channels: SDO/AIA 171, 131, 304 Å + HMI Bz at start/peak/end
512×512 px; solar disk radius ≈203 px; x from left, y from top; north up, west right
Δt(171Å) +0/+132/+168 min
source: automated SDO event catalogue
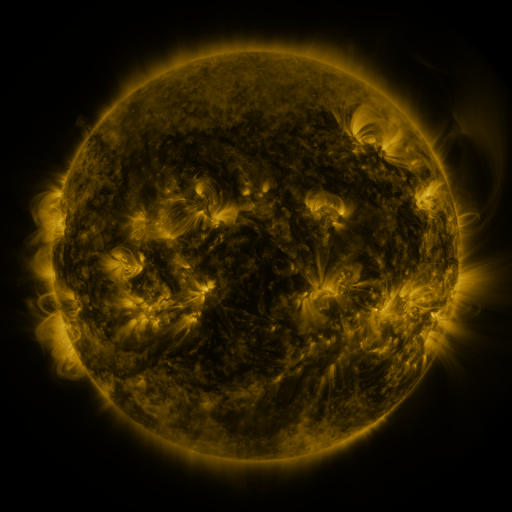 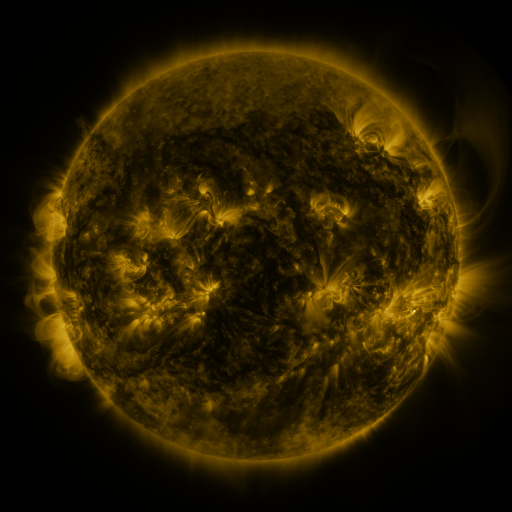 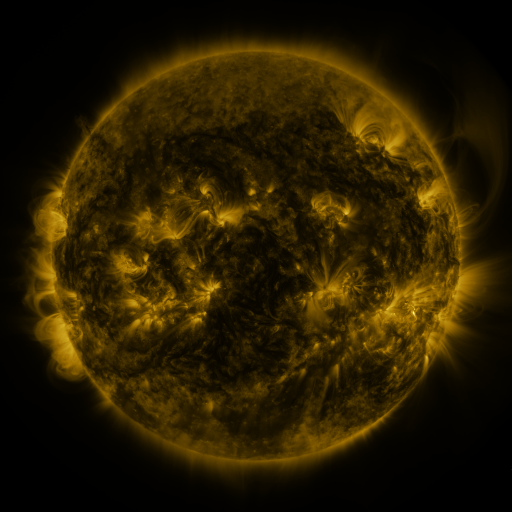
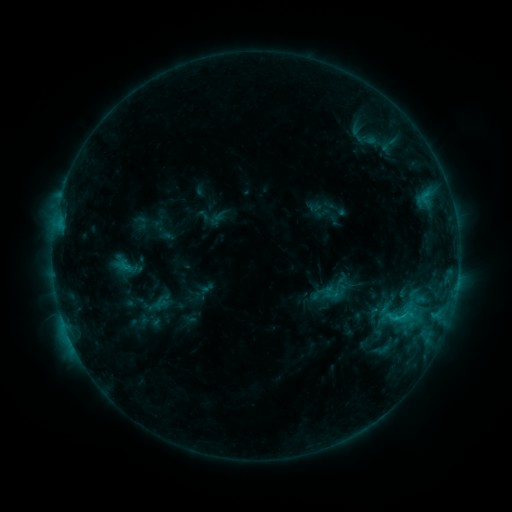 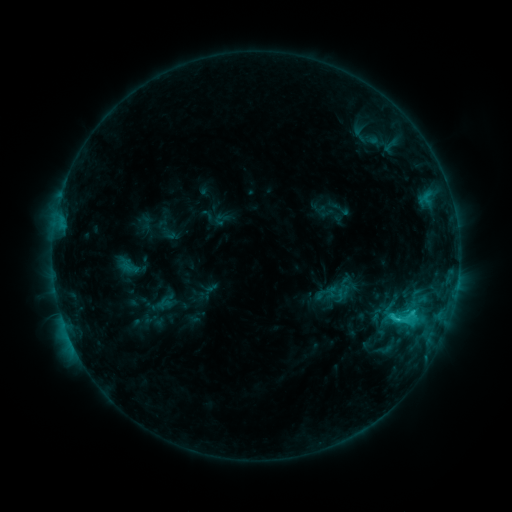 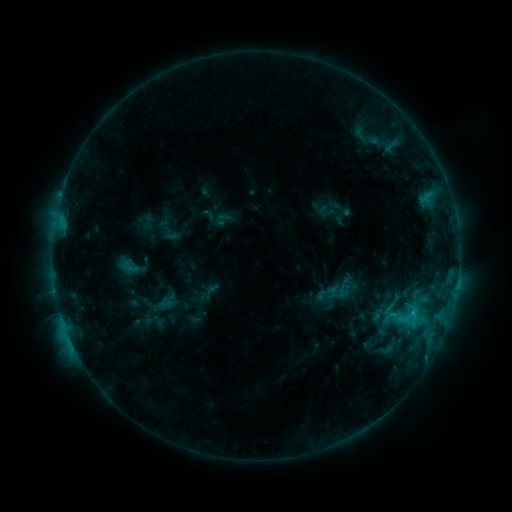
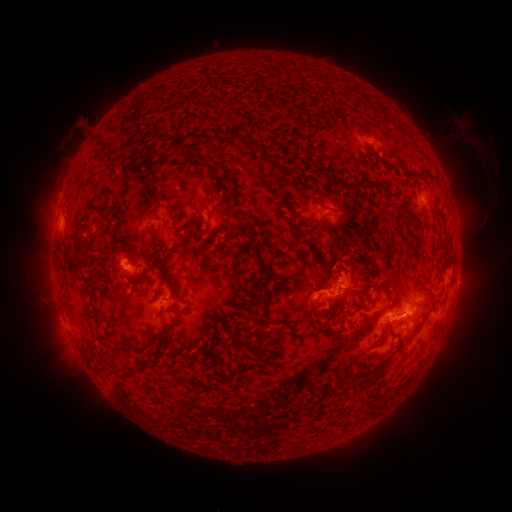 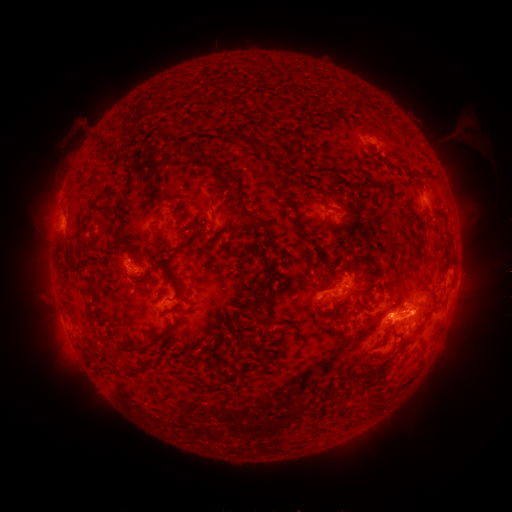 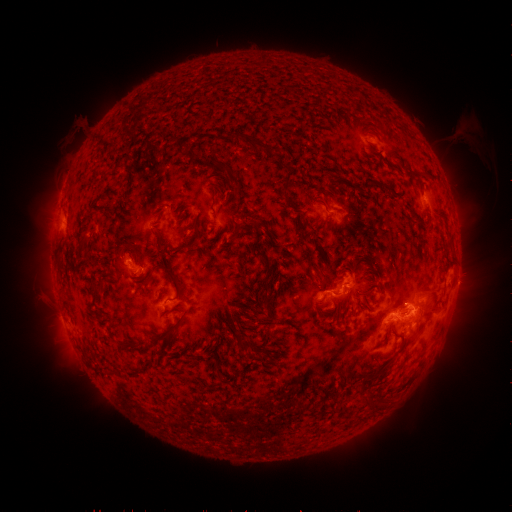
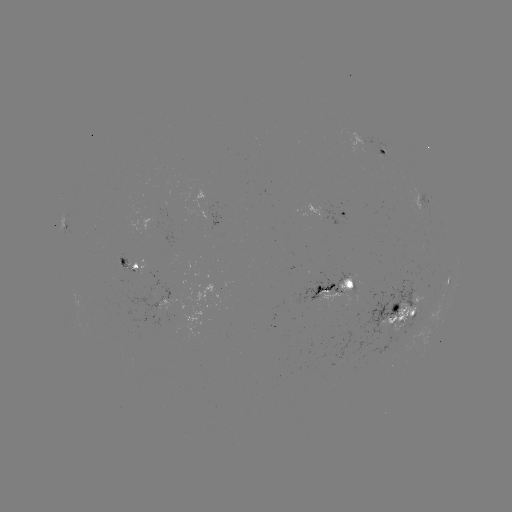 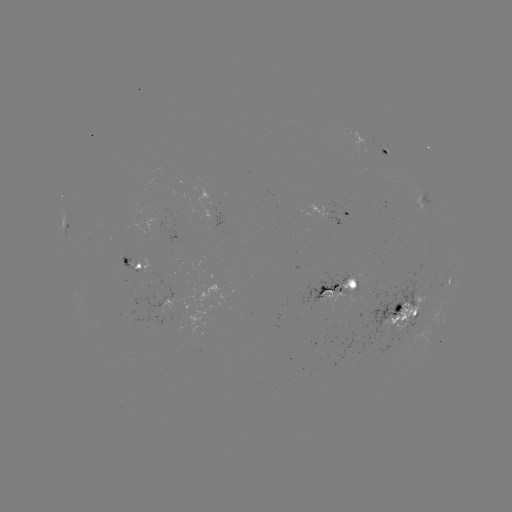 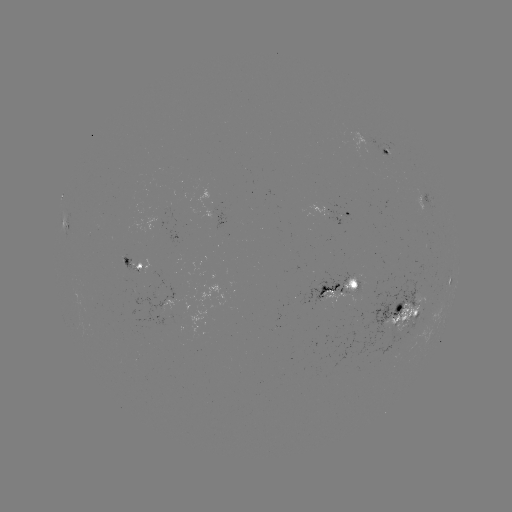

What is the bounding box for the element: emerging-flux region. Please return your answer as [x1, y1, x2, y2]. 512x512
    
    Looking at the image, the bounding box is [364, 311, 419, 363].